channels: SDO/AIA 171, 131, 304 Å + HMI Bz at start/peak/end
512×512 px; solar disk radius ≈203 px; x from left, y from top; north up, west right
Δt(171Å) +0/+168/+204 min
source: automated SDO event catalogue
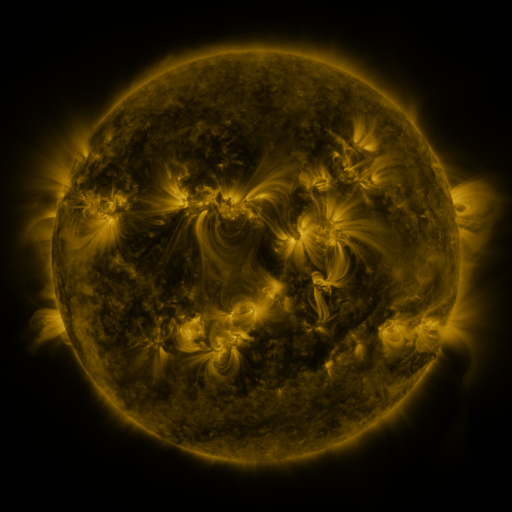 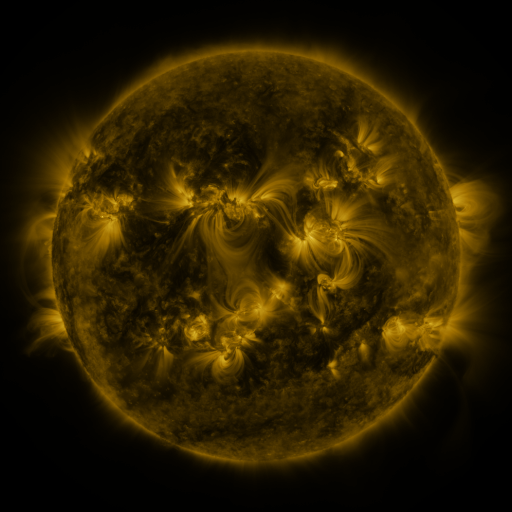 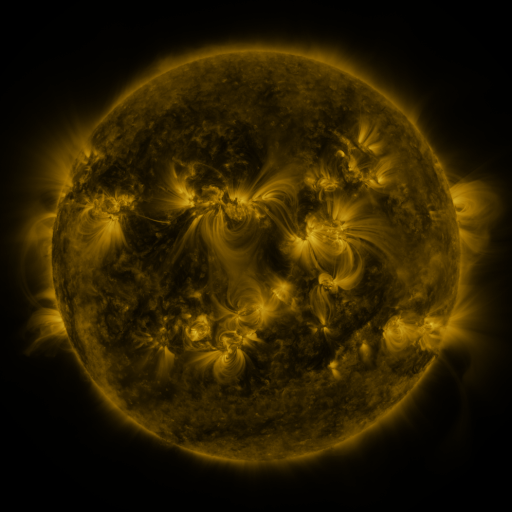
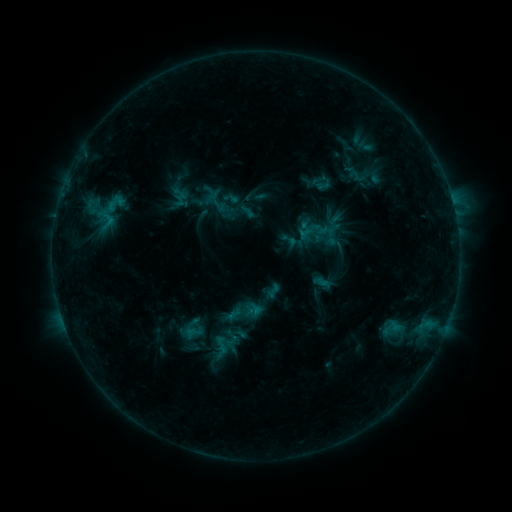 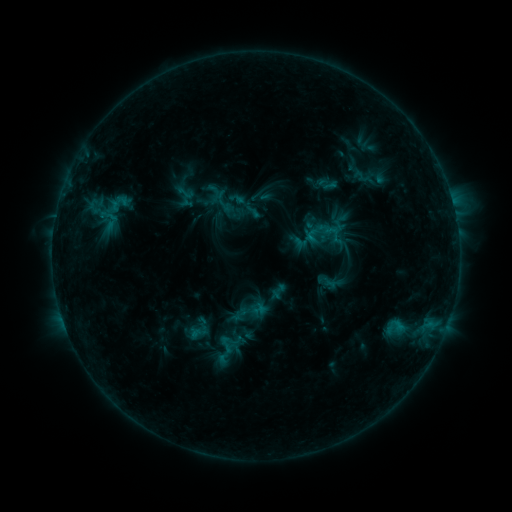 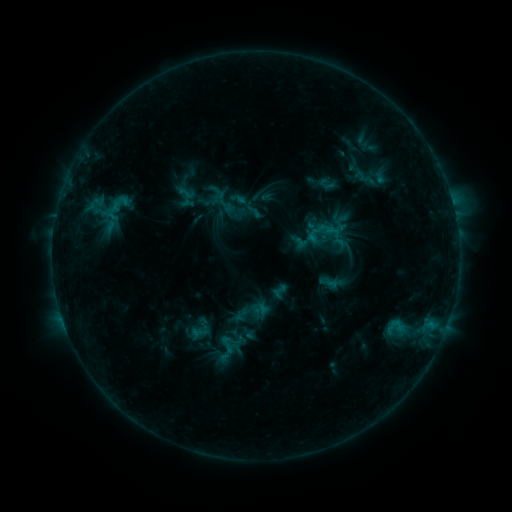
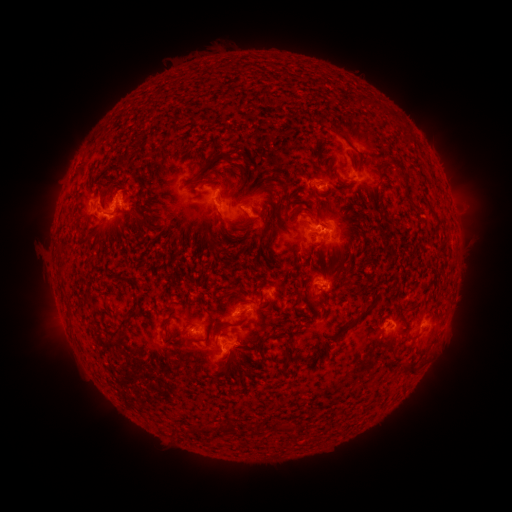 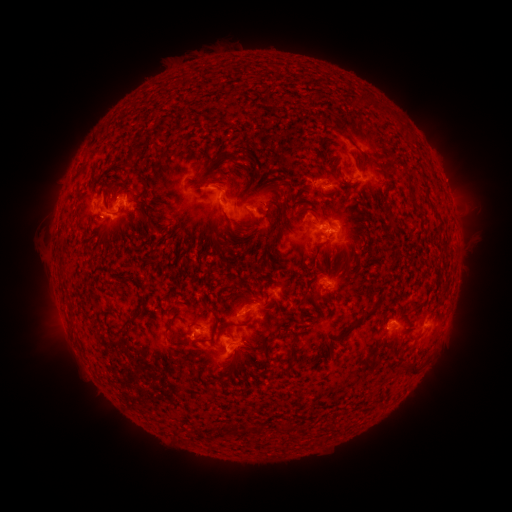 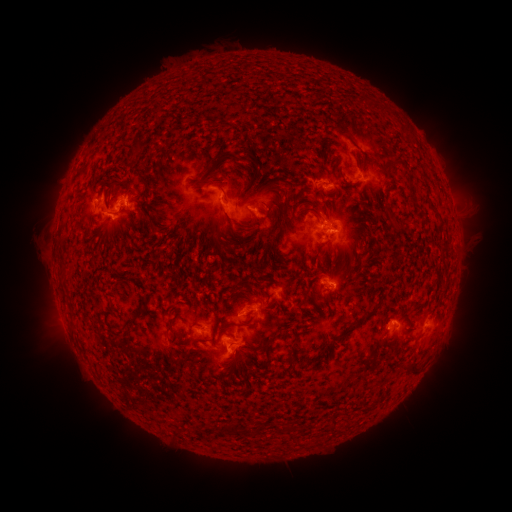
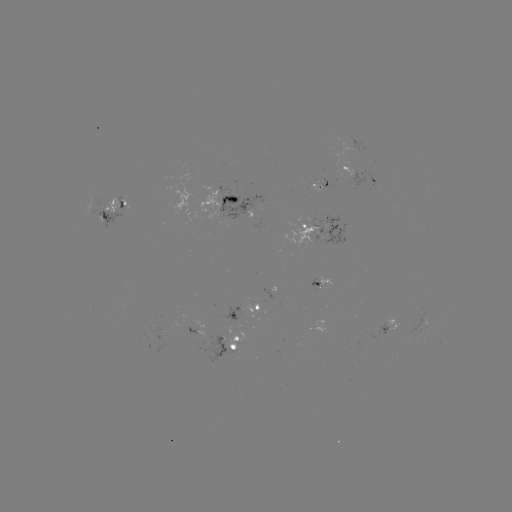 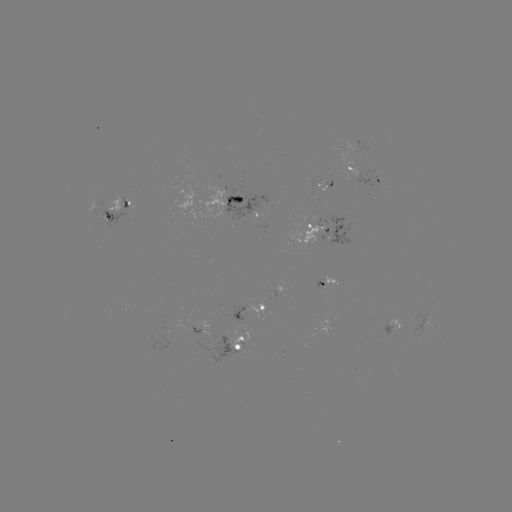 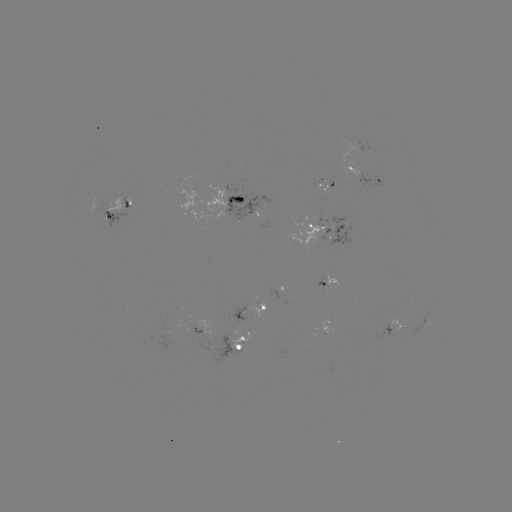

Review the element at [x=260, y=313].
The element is emerging-flux region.